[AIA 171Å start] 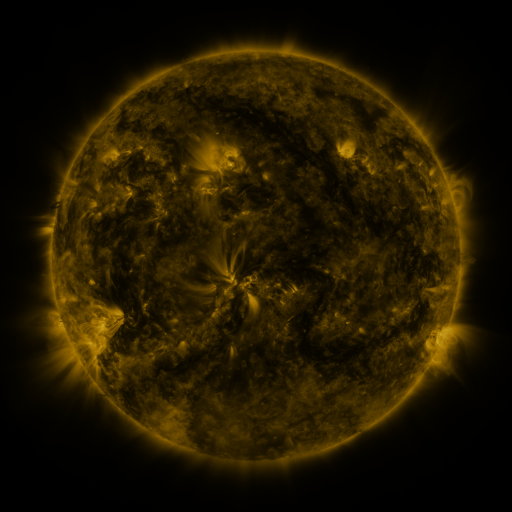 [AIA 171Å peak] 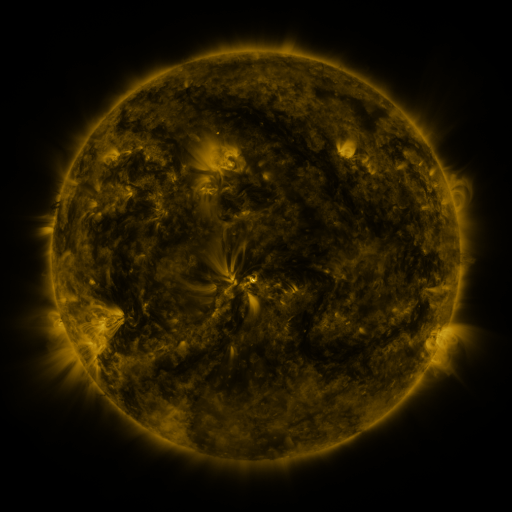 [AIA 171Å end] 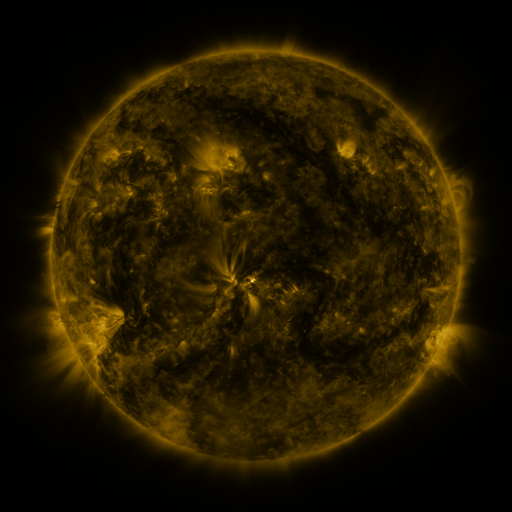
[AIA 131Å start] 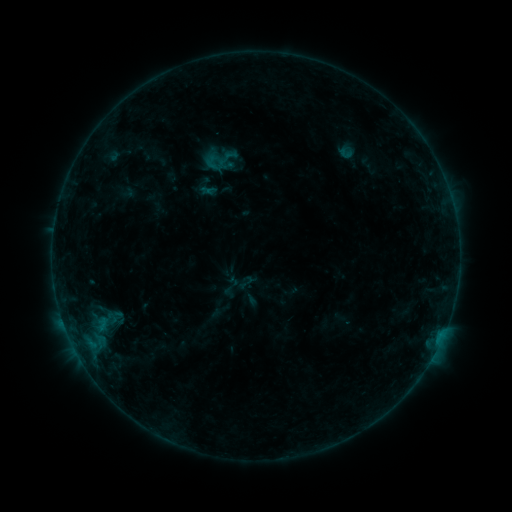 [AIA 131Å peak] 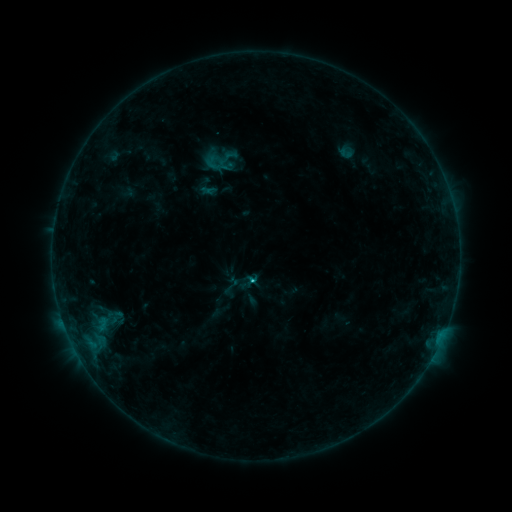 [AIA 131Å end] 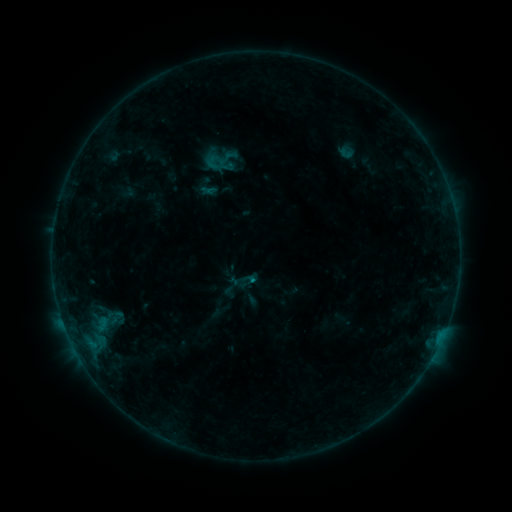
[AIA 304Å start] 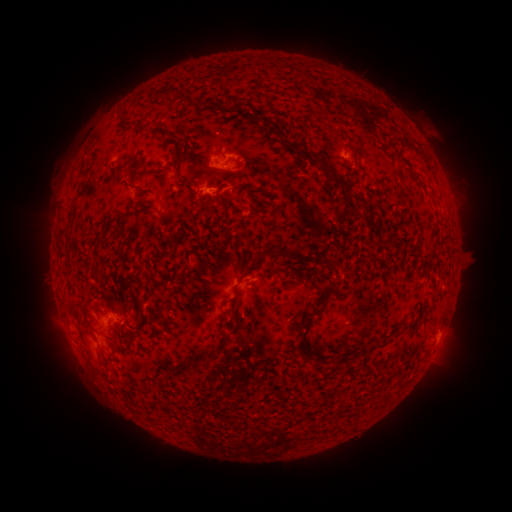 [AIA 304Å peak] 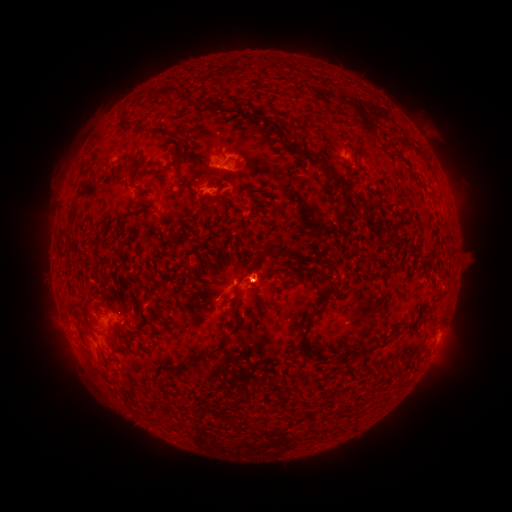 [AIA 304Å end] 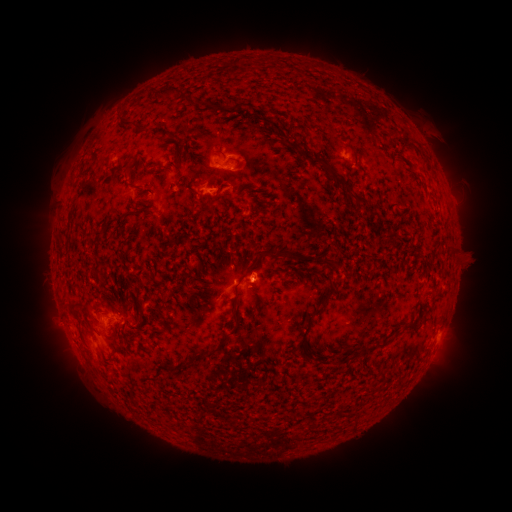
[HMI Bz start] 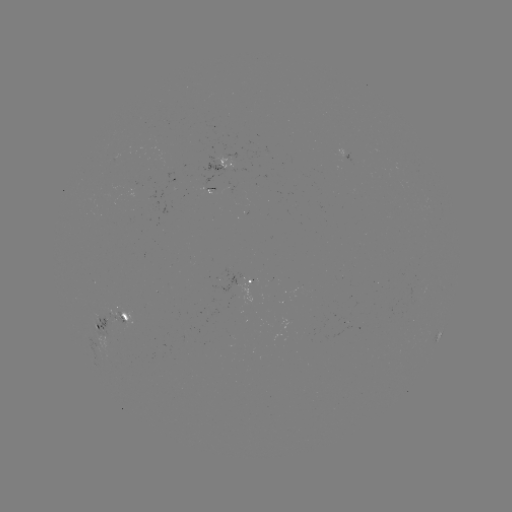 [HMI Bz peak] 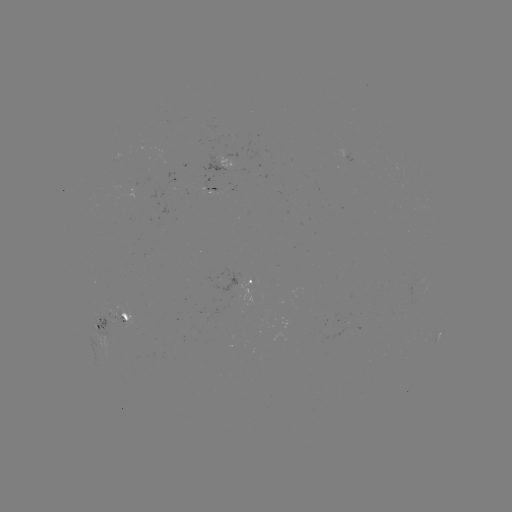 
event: flare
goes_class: B5.1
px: (256, 277)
